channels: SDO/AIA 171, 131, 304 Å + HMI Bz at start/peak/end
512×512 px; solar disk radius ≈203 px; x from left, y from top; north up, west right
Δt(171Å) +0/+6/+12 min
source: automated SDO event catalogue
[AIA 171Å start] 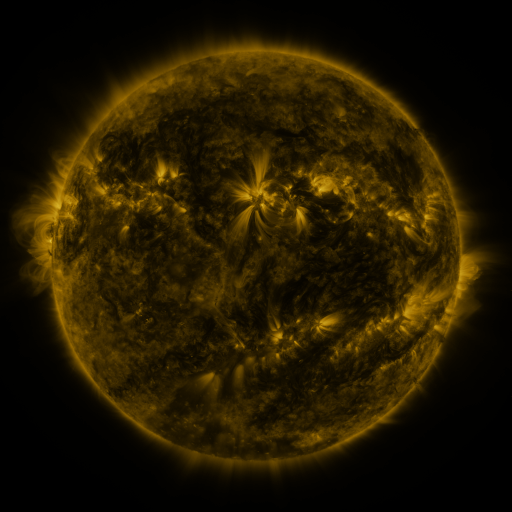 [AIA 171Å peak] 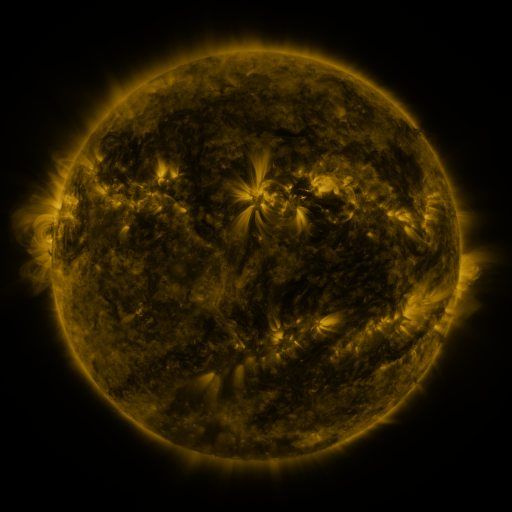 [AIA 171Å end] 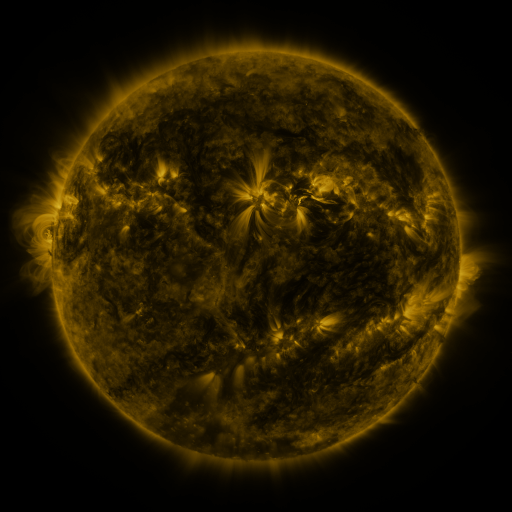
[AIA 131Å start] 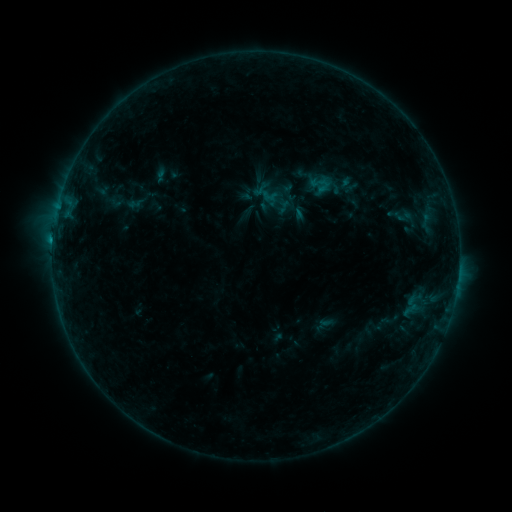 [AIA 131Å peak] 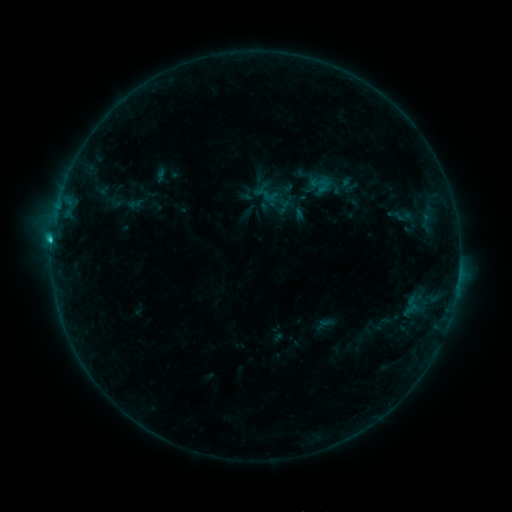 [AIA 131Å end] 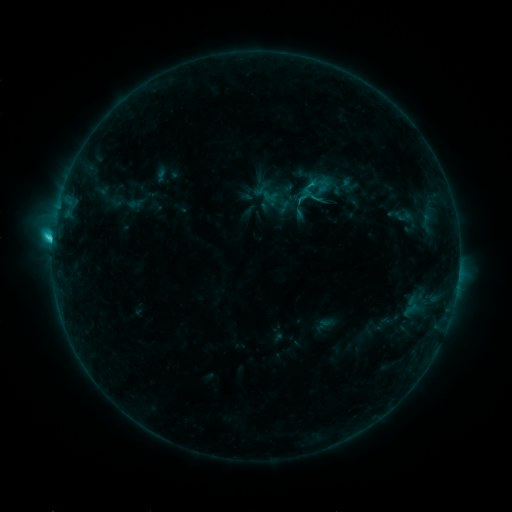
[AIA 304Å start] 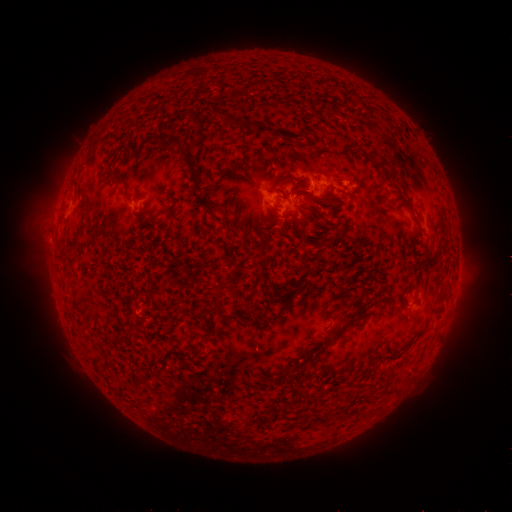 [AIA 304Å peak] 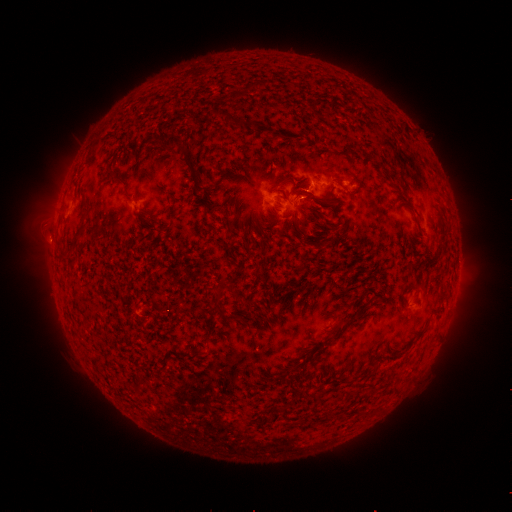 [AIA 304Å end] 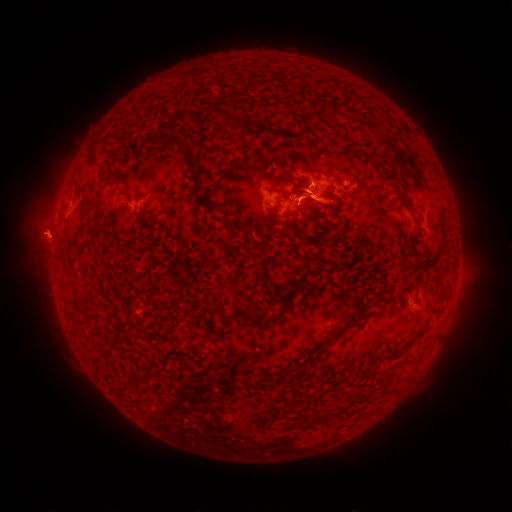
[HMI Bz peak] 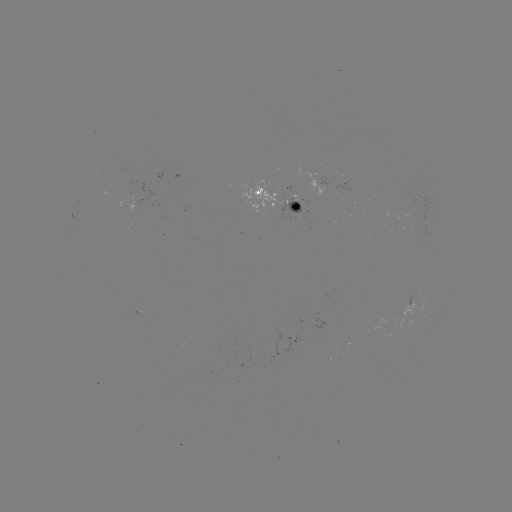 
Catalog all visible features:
eruption: (49, 240)
